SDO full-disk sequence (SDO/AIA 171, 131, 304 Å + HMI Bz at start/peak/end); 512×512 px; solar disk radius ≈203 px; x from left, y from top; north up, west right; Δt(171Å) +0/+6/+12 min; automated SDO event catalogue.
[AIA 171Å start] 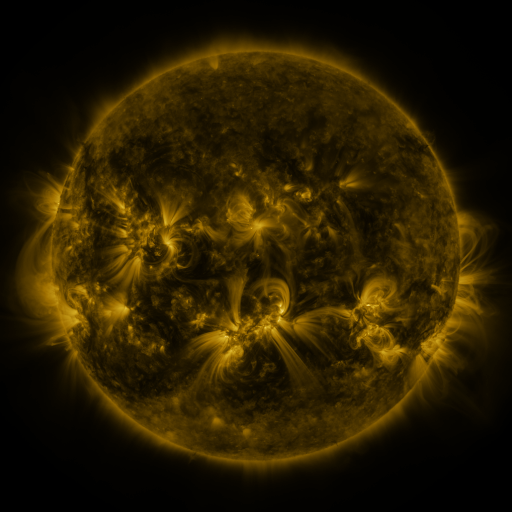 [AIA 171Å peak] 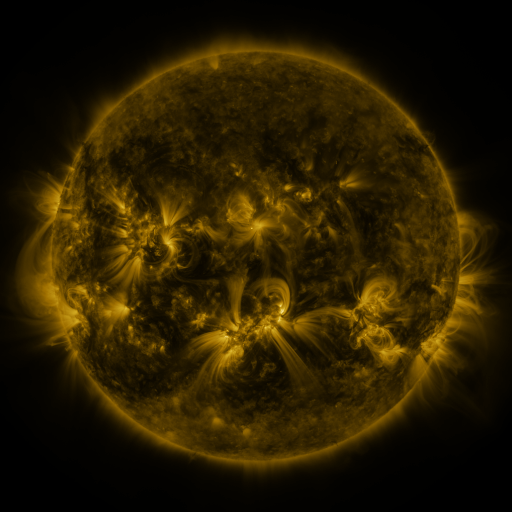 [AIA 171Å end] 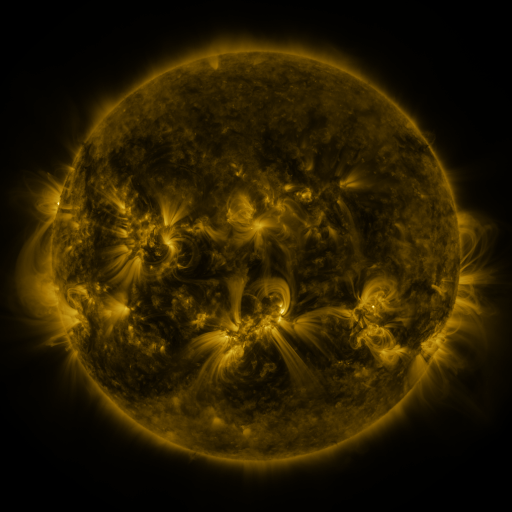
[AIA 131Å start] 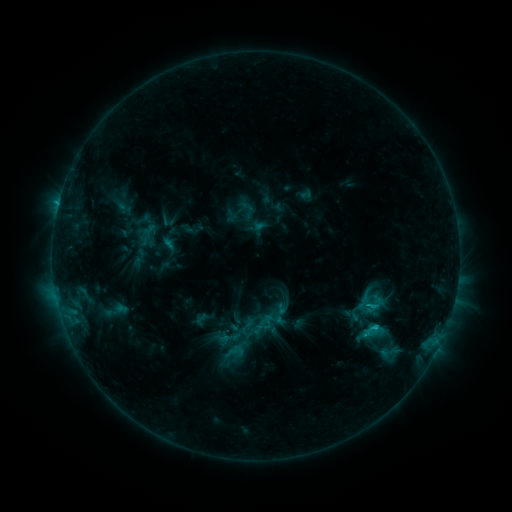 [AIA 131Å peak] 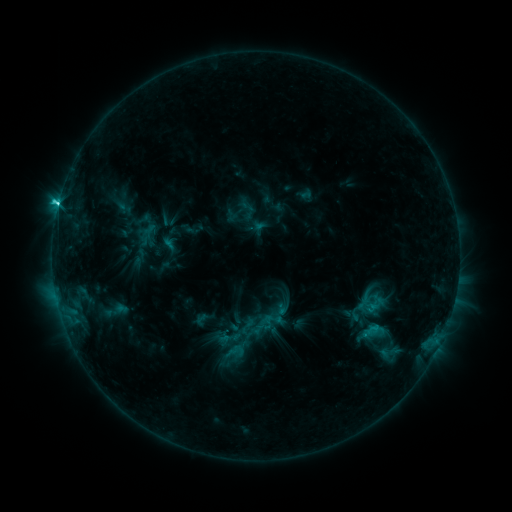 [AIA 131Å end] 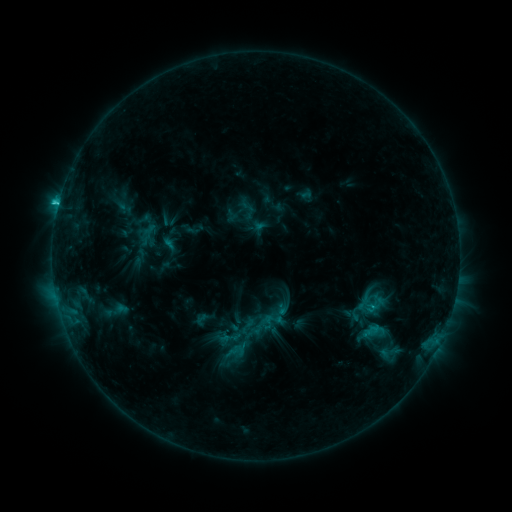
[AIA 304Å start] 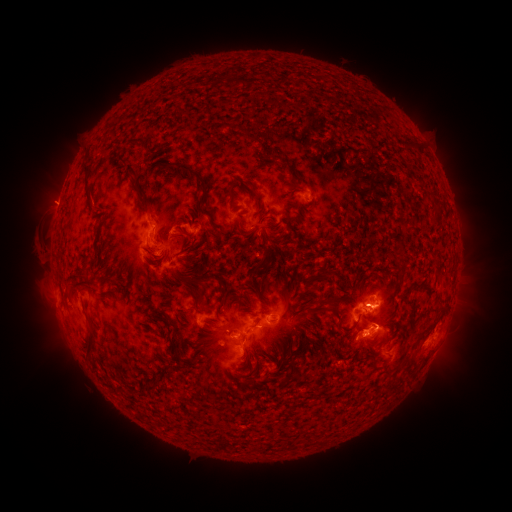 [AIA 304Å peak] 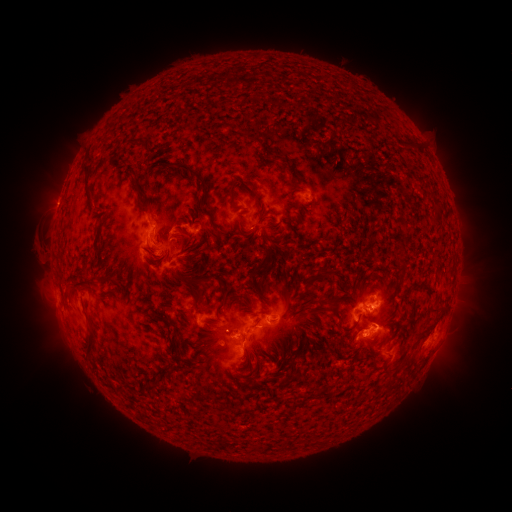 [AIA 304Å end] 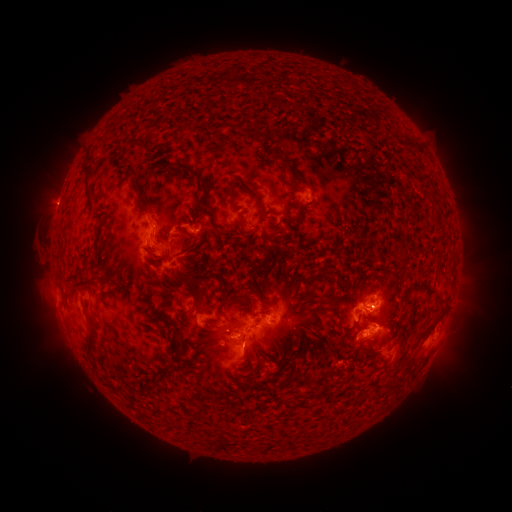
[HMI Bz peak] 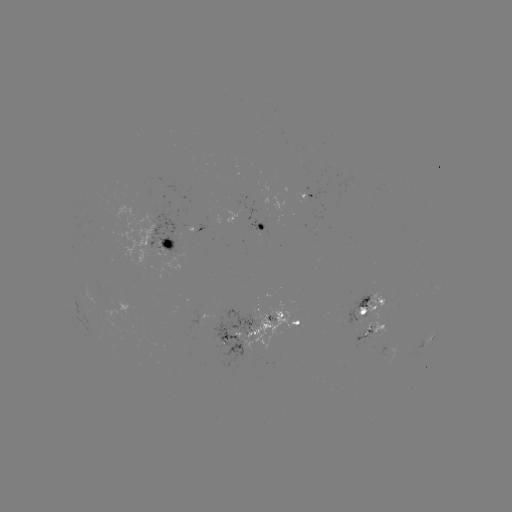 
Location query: C3.0 flare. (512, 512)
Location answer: [58, 207].